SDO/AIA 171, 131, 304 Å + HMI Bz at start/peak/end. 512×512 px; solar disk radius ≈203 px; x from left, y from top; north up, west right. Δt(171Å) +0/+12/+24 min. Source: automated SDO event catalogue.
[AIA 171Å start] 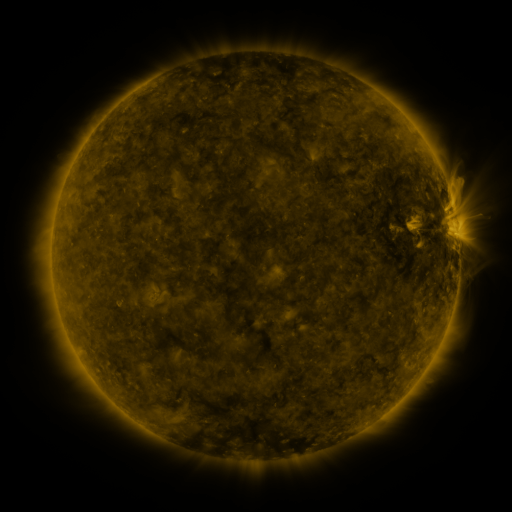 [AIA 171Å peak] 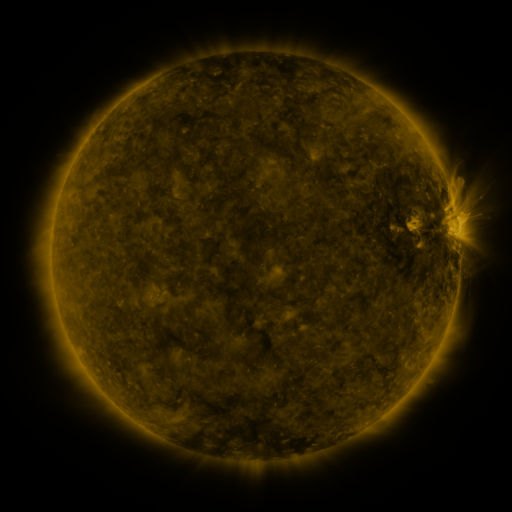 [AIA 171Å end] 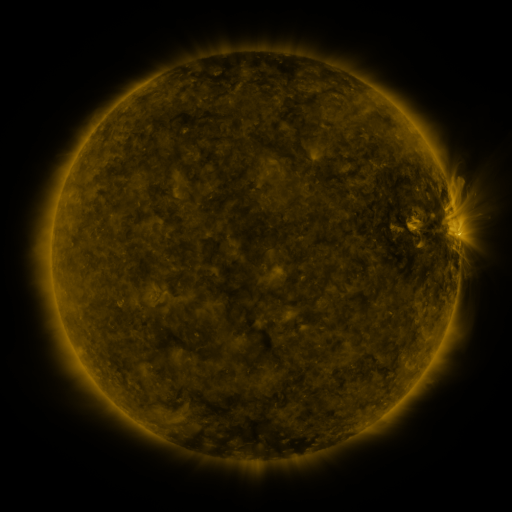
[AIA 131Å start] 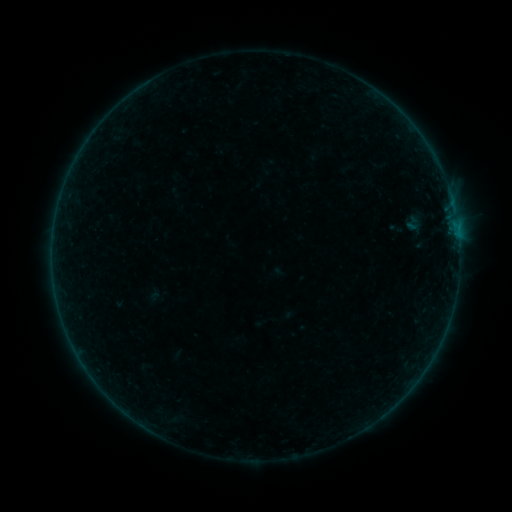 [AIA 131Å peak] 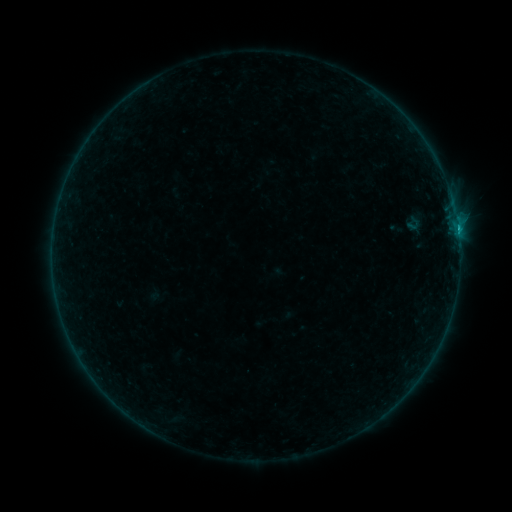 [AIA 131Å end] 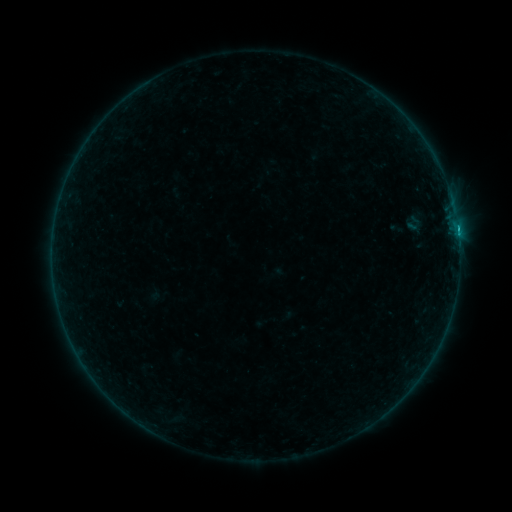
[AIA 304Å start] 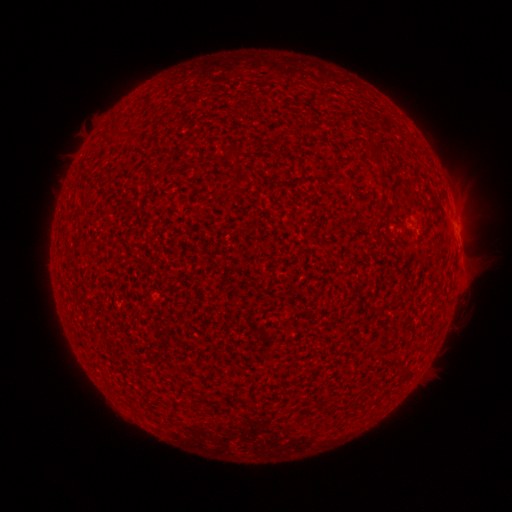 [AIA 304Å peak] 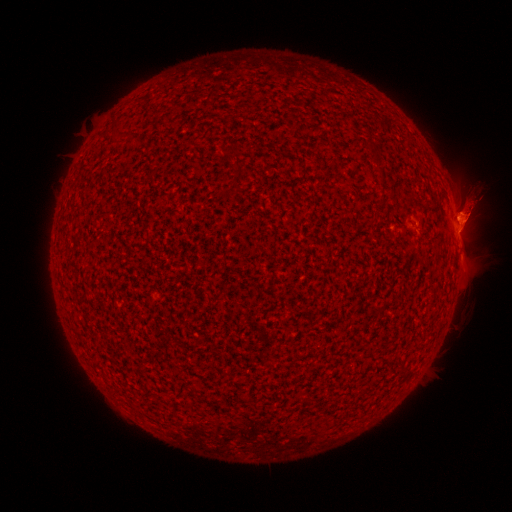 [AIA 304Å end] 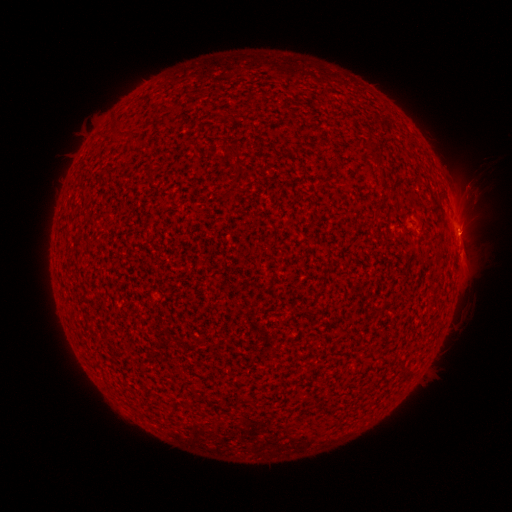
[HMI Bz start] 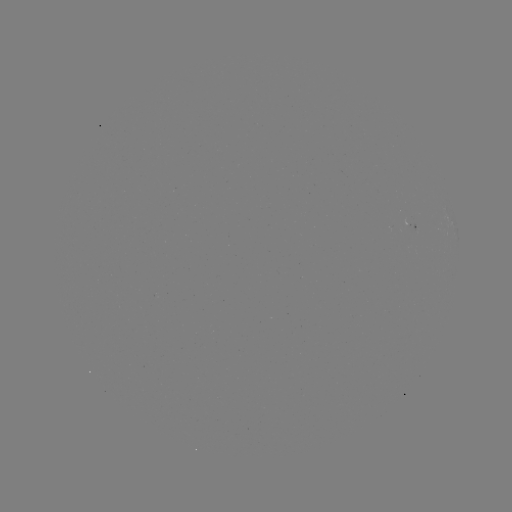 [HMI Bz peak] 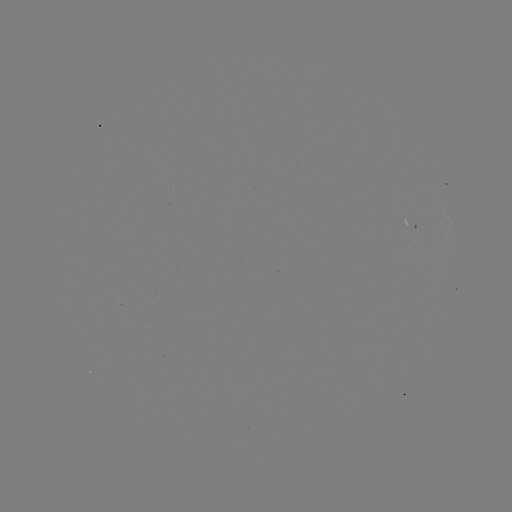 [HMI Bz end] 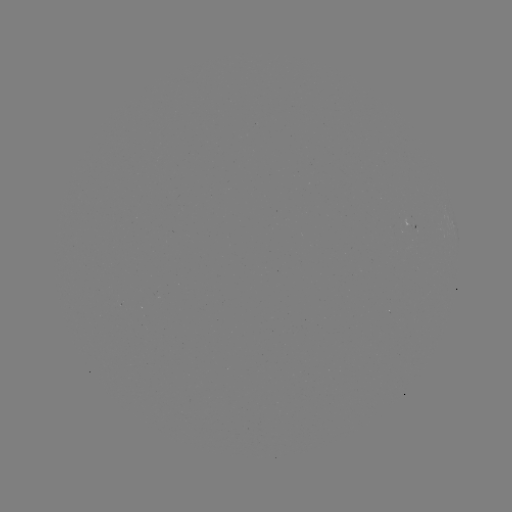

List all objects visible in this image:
B8.1 flare: (457, 231)
